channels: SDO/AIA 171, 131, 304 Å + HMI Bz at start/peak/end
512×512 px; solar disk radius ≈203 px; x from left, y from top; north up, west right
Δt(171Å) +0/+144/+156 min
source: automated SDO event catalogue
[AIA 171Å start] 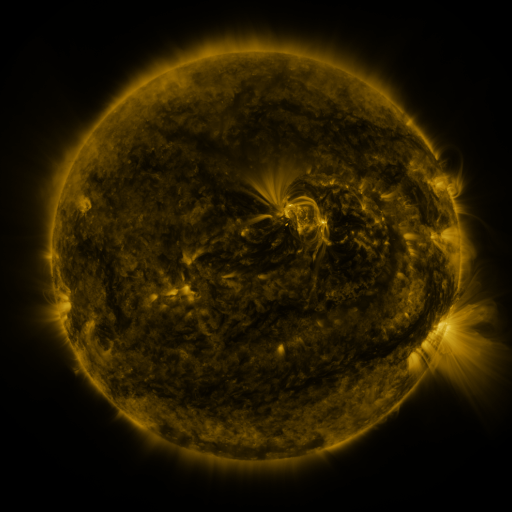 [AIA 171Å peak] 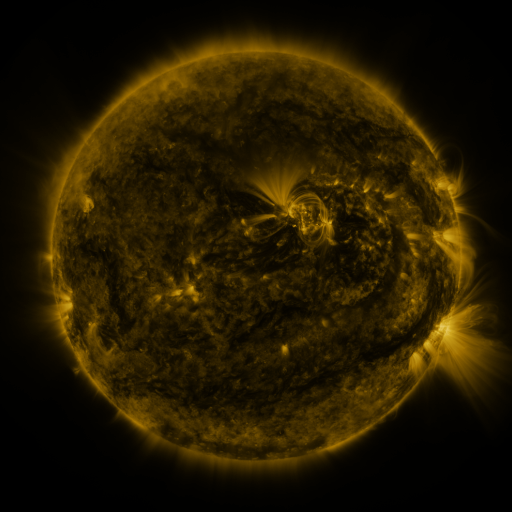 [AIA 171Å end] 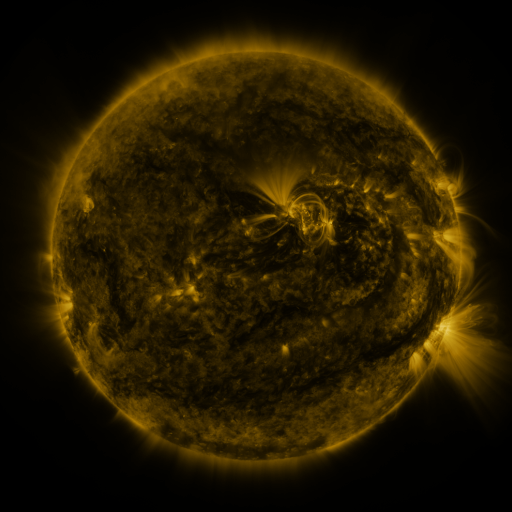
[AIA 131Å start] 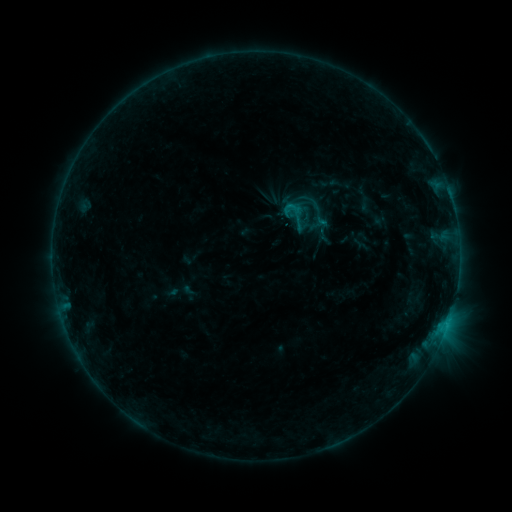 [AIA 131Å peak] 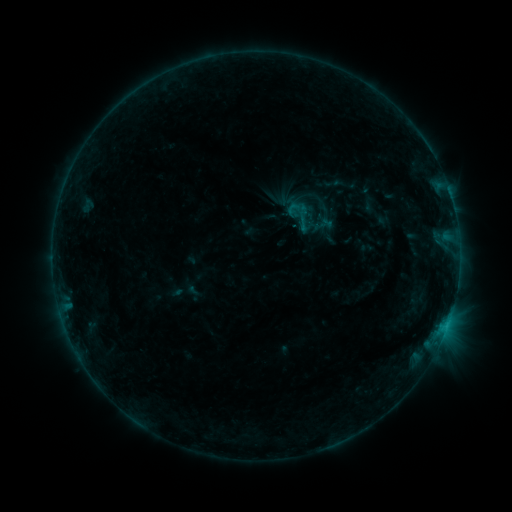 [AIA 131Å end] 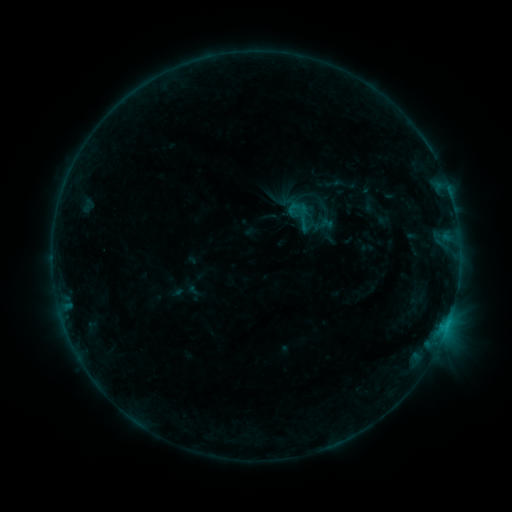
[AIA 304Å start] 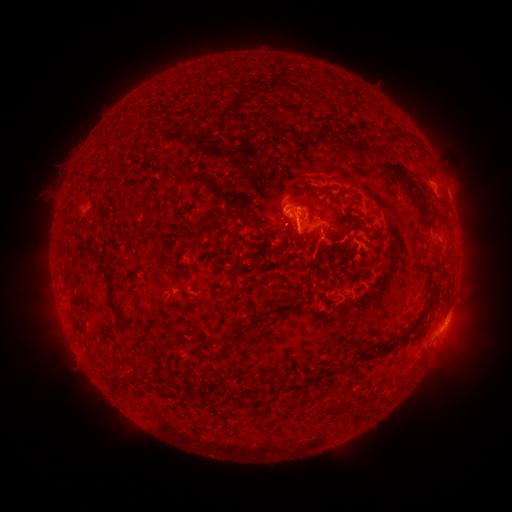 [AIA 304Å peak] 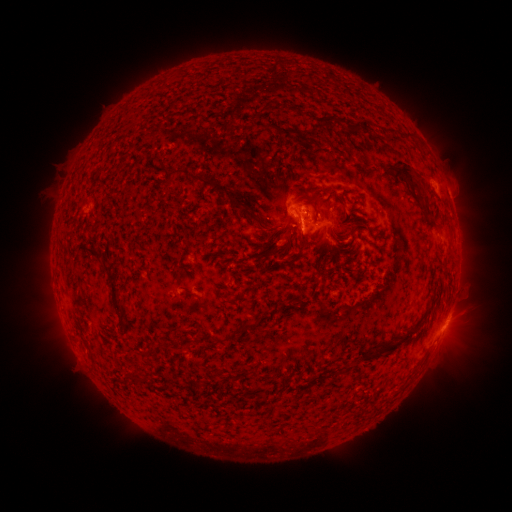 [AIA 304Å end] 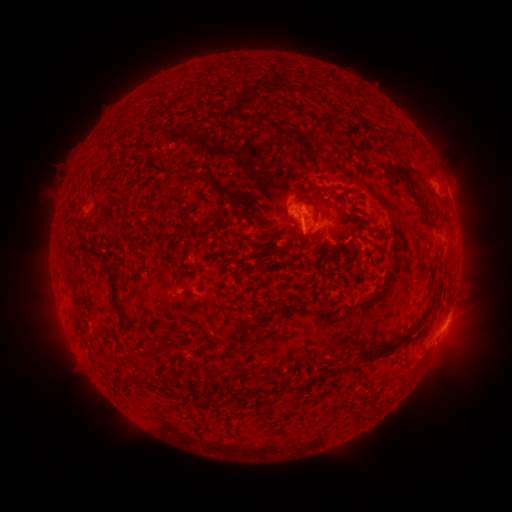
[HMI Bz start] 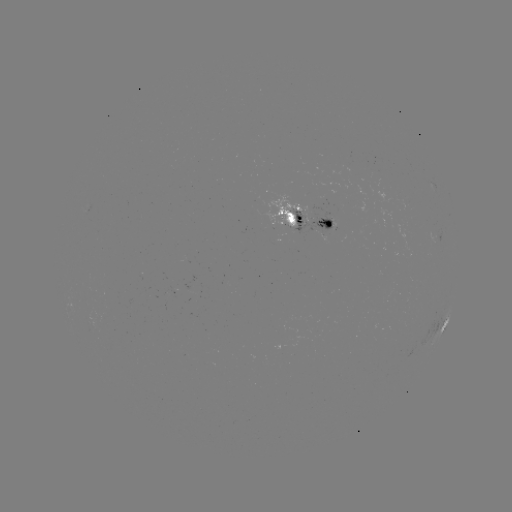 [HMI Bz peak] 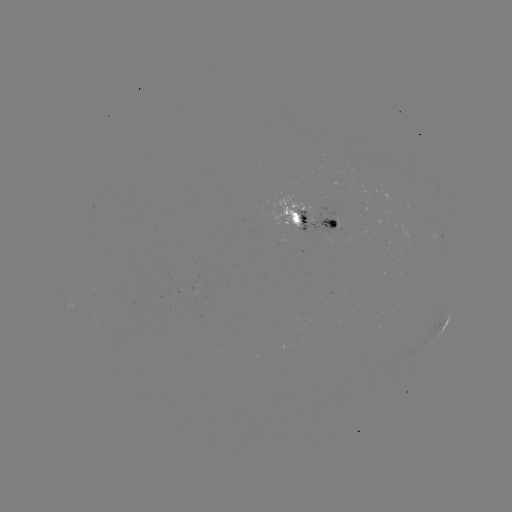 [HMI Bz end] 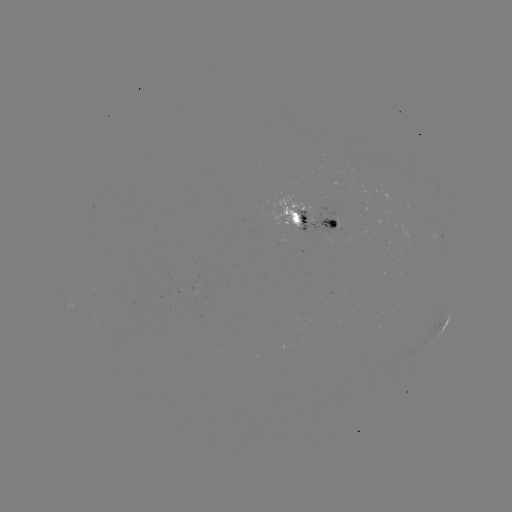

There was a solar emerging-flux region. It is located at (307, 210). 